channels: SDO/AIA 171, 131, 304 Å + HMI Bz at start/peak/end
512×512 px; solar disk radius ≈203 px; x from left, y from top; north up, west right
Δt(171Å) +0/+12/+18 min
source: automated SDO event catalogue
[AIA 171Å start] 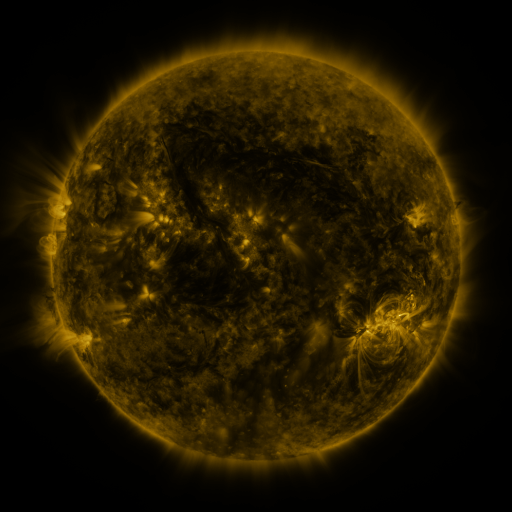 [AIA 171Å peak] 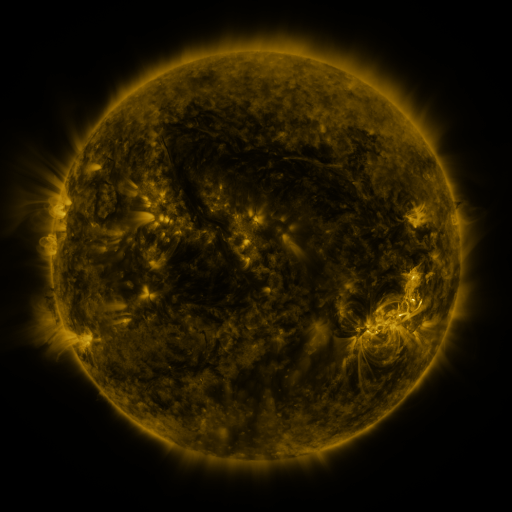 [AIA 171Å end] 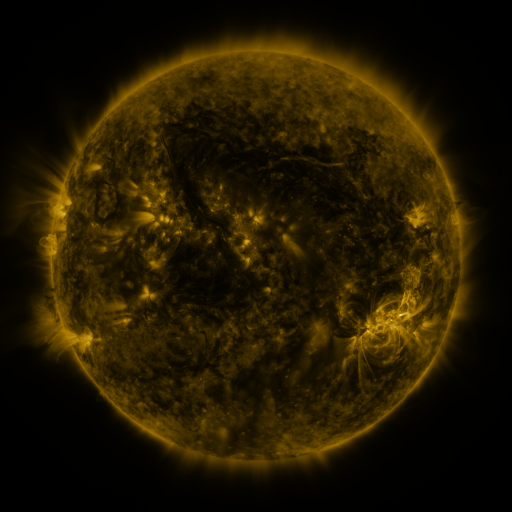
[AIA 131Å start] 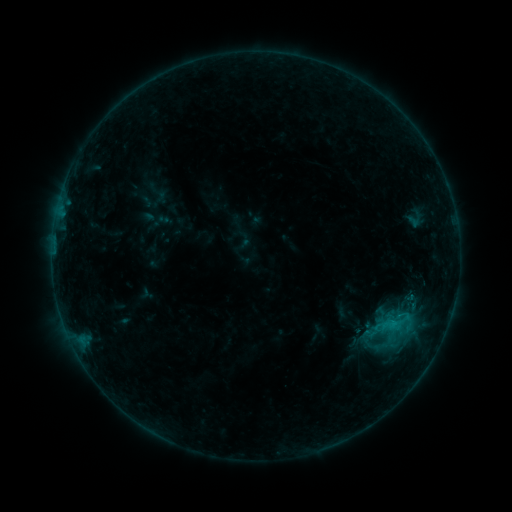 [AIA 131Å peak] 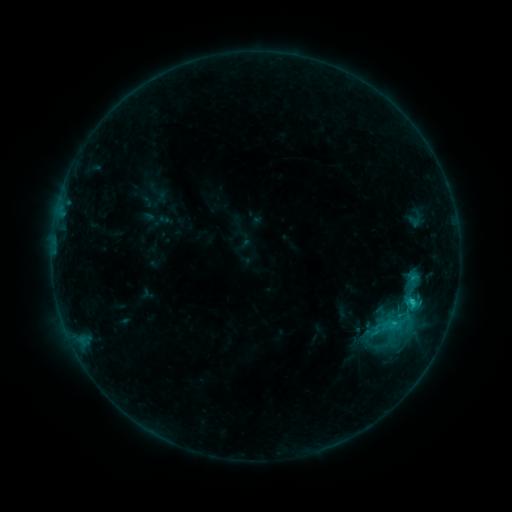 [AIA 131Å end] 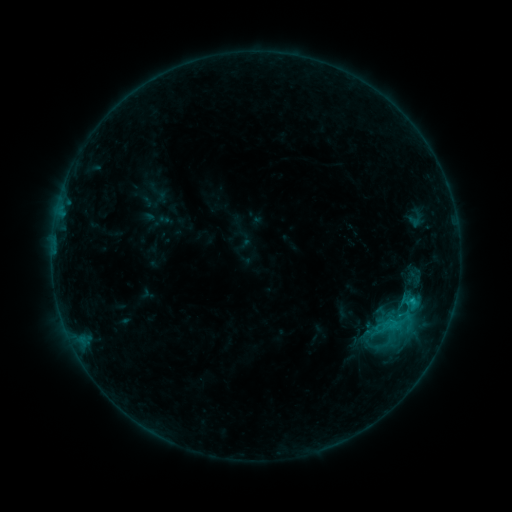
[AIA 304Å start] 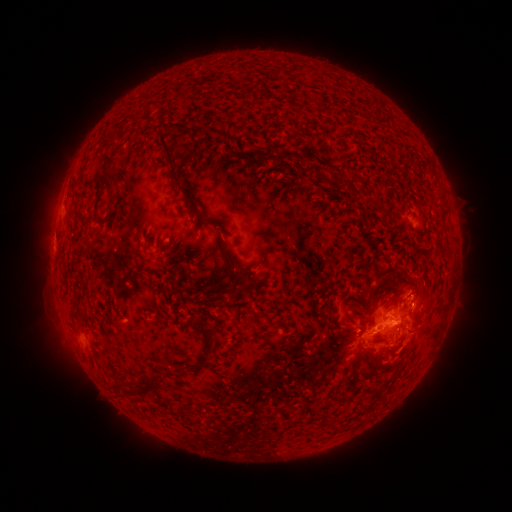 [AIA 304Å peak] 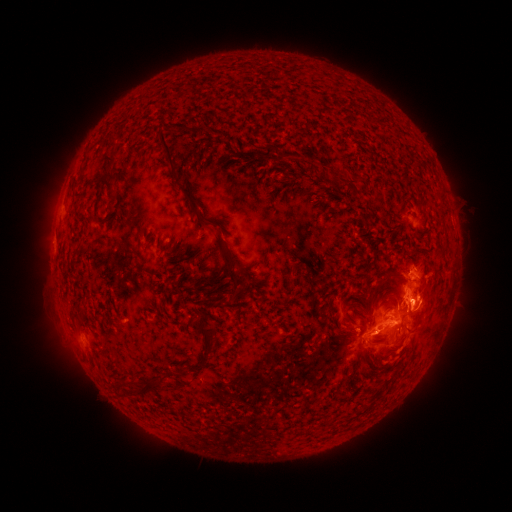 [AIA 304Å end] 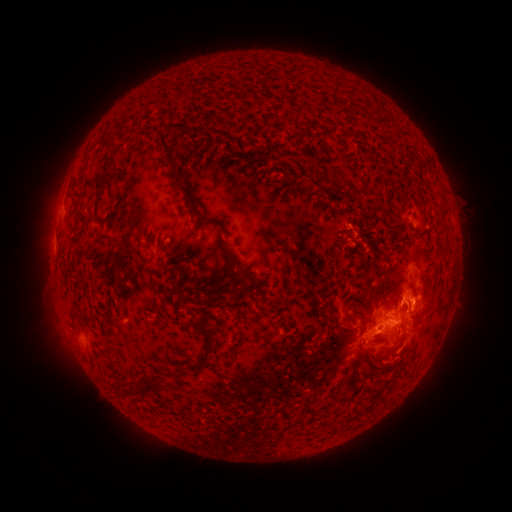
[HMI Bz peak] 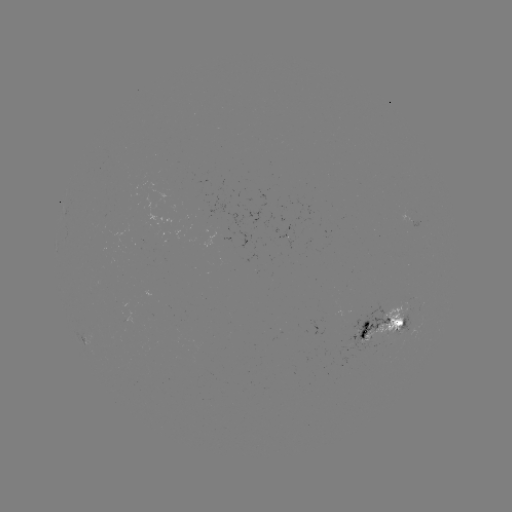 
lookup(C1.7 flare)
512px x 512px [410, 303]